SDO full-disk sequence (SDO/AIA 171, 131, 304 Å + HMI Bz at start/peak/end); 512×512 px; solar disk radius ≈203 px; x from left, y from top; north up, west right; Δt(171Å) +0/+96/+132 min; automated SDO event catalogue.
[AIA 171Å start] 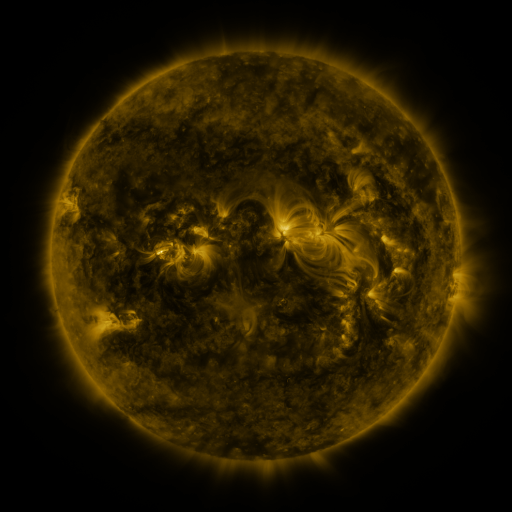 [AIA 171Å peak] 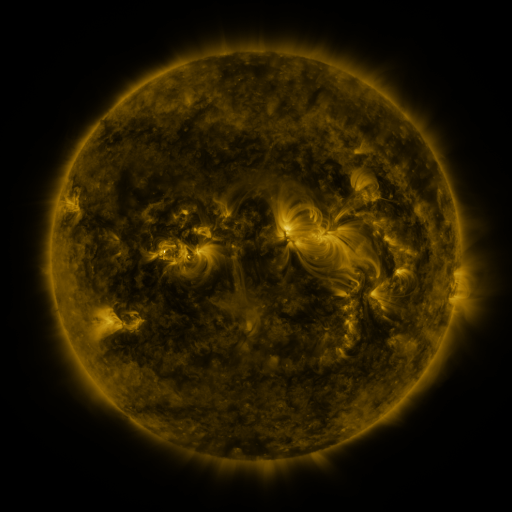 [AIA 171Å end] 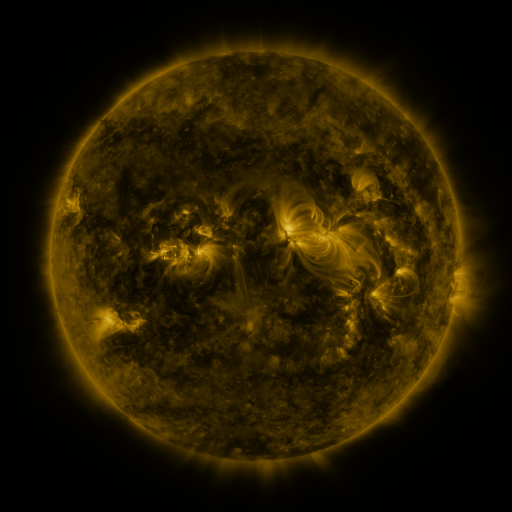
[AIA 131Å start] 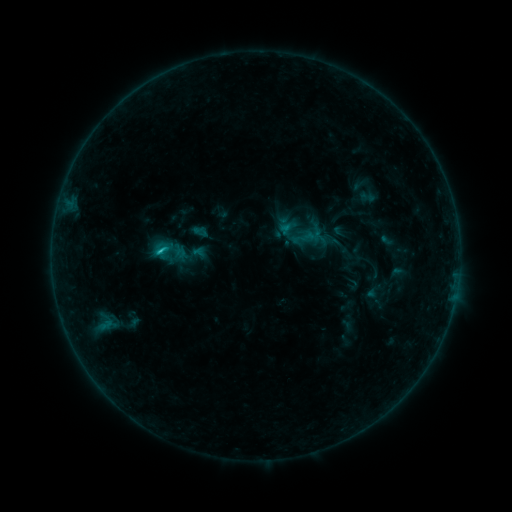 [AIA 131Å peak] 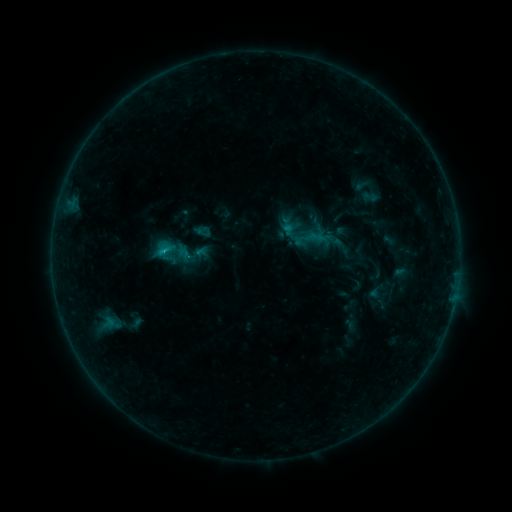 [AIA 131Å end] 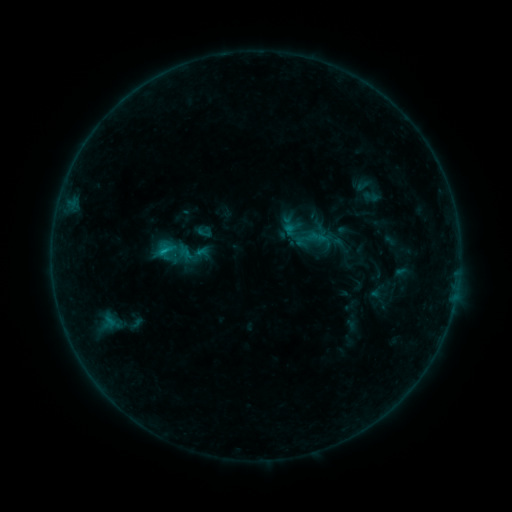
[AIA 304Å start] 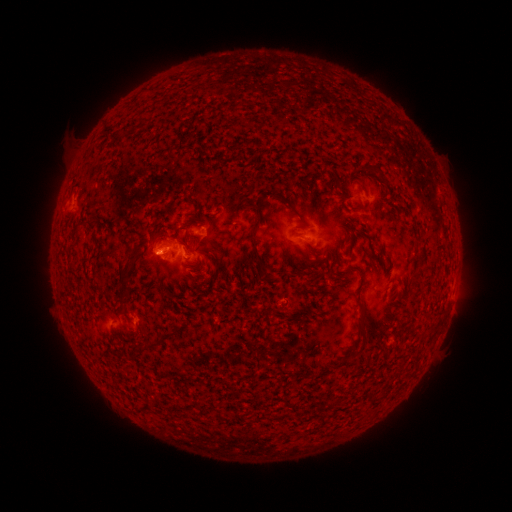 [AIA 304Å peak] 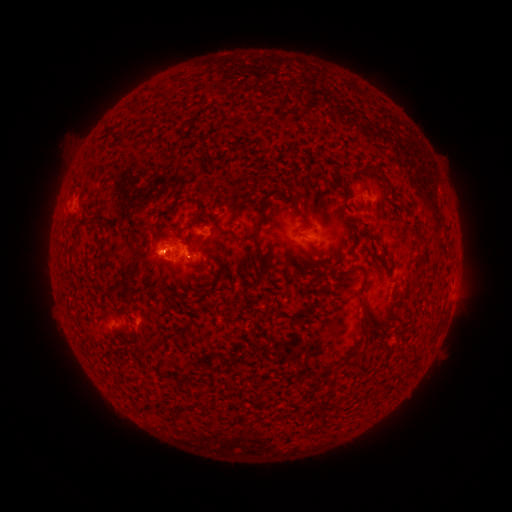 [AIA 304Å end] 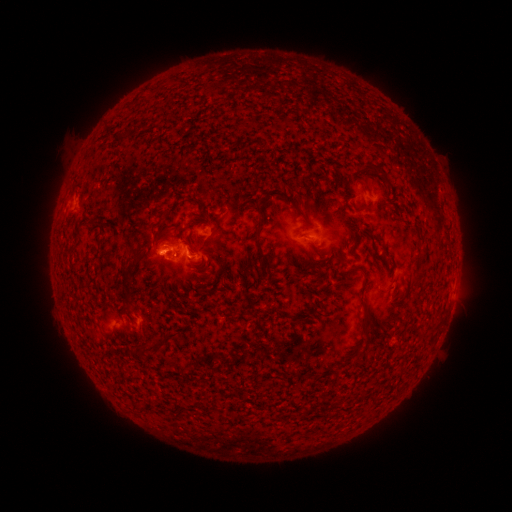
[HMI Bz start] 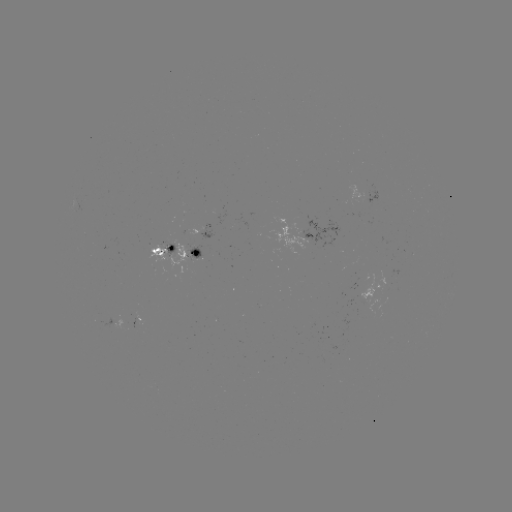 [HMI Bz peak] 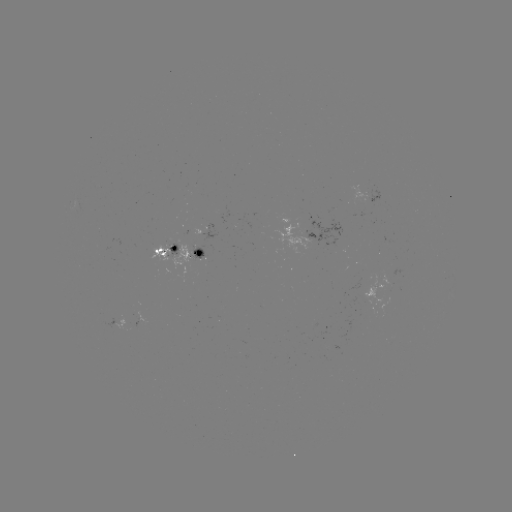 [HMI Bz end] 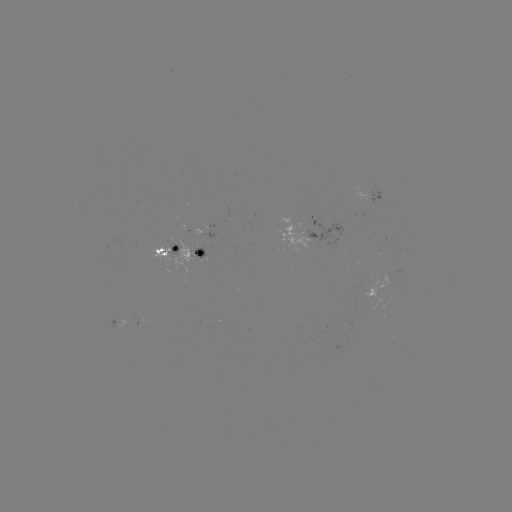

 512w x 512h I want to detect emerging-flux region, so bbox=[362, 273, 392, 313].